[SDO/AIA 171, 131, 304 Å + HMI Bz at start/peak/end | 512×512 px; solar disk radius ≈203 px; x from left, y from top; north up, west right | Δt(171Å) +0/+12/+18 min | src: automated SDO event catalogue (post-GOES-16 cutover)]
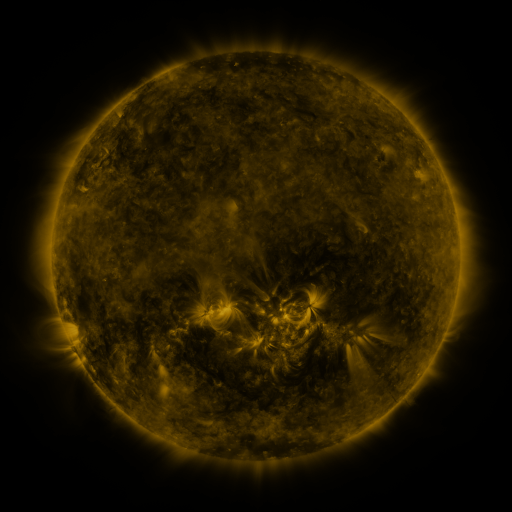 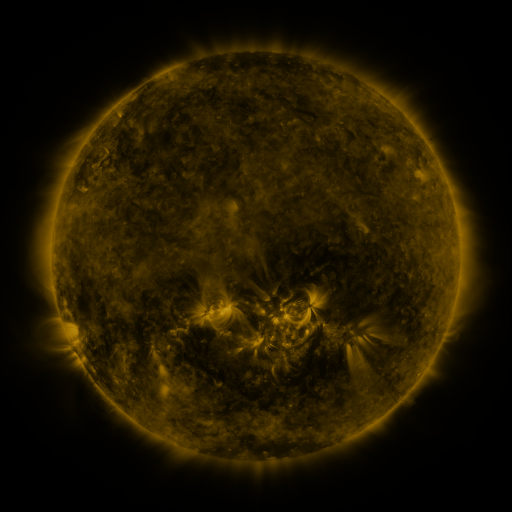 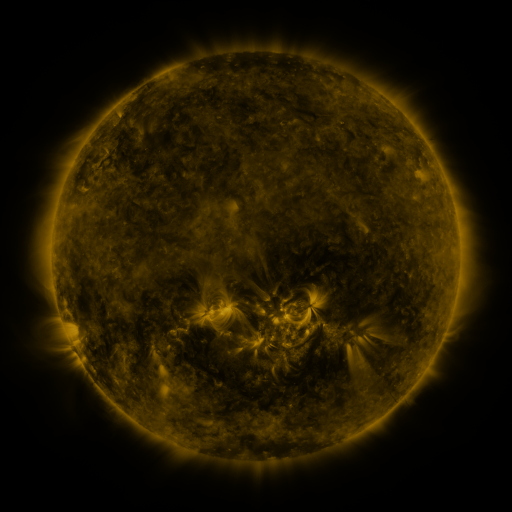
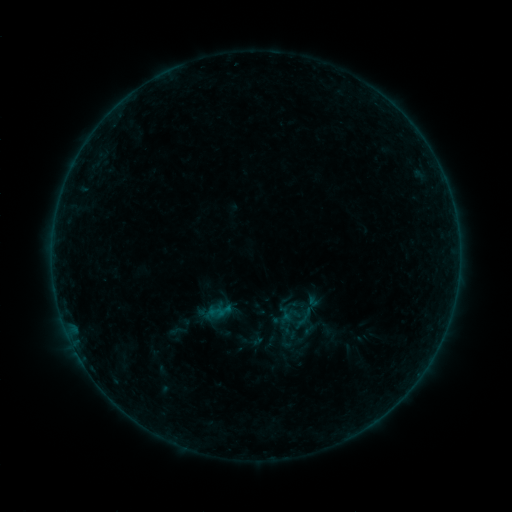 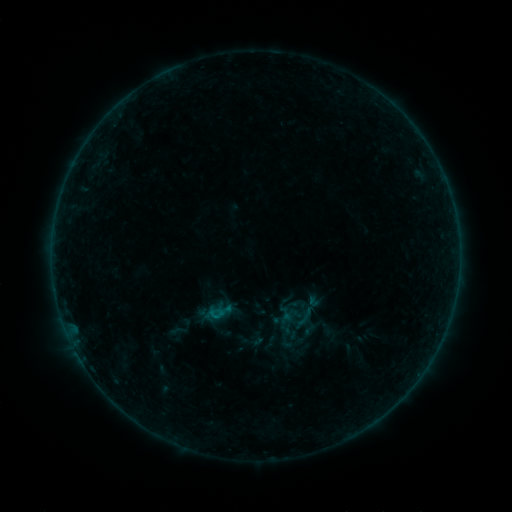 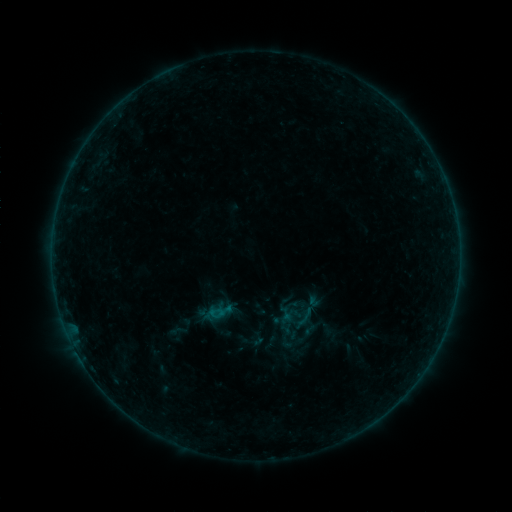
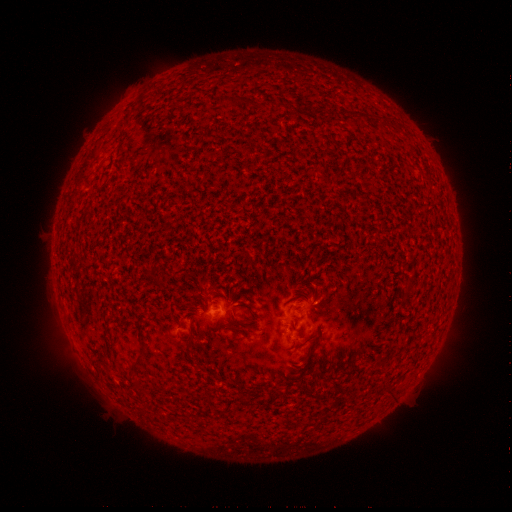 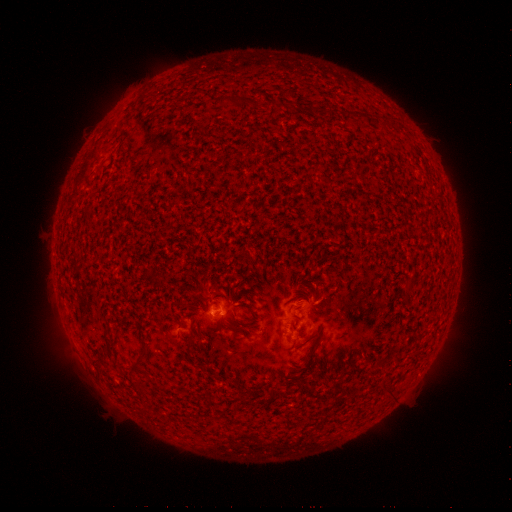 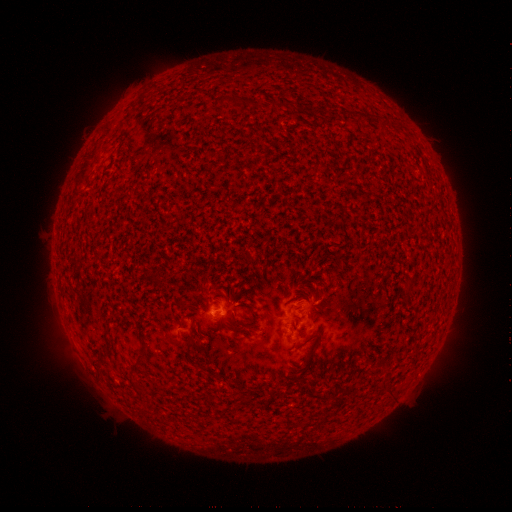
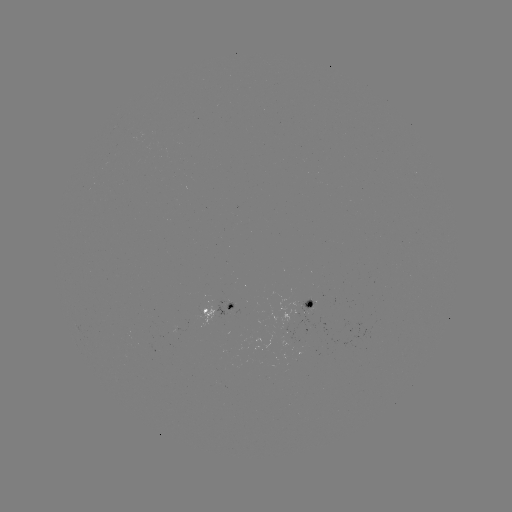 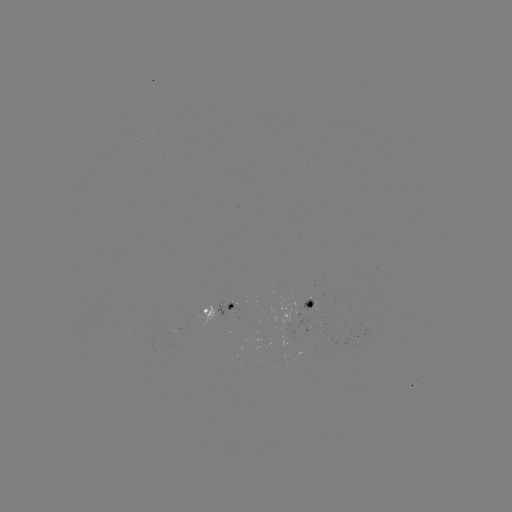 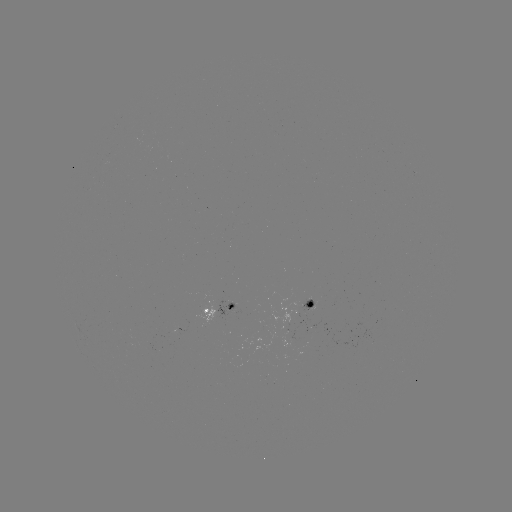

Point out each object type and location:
B1.7 flare: (215, 313)
